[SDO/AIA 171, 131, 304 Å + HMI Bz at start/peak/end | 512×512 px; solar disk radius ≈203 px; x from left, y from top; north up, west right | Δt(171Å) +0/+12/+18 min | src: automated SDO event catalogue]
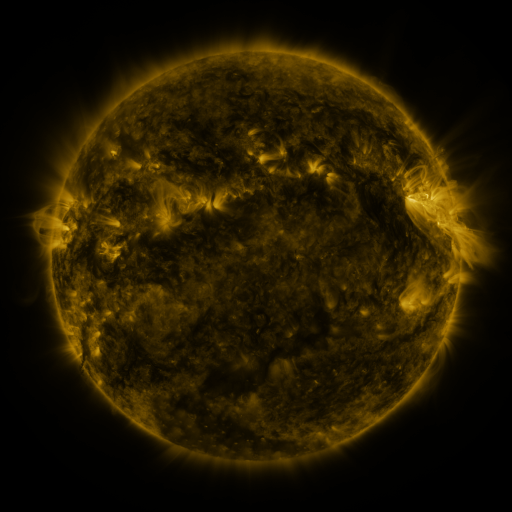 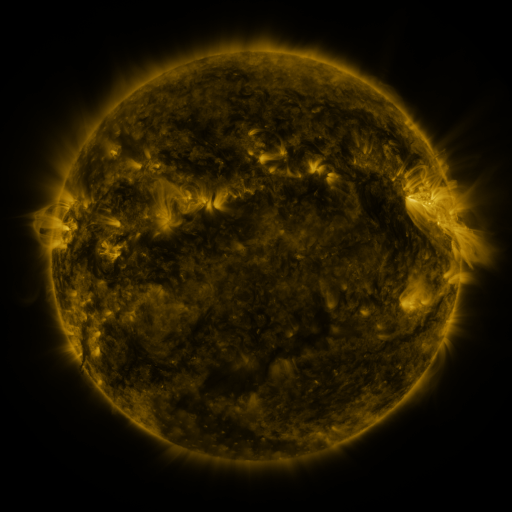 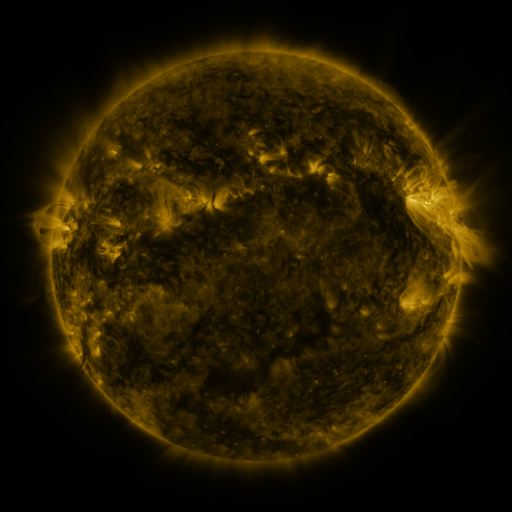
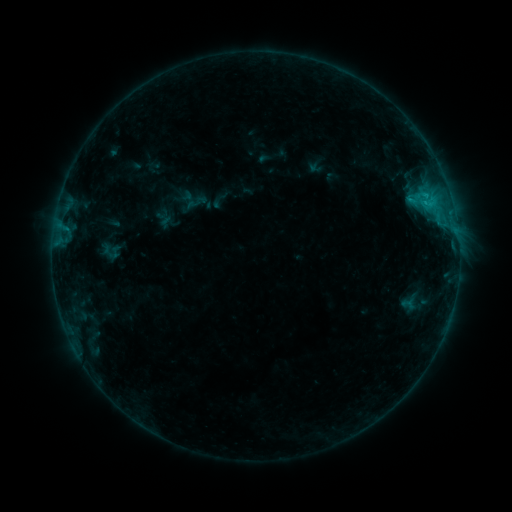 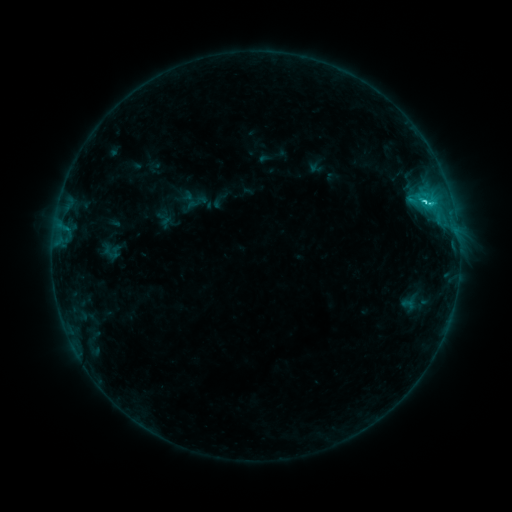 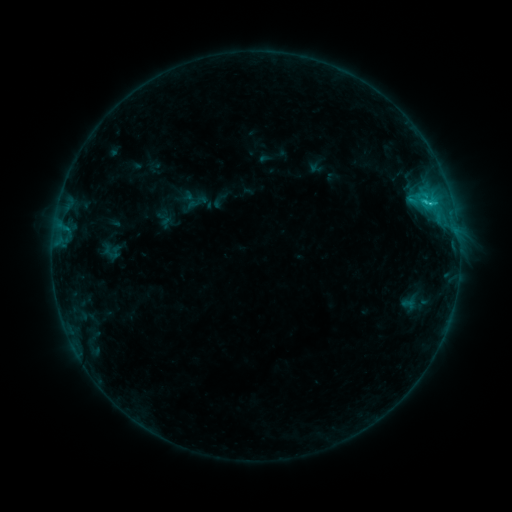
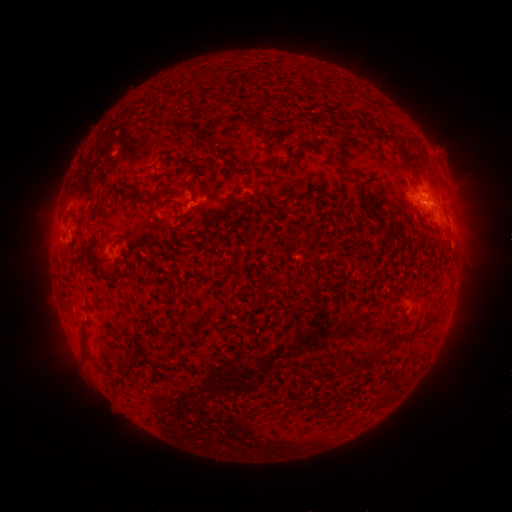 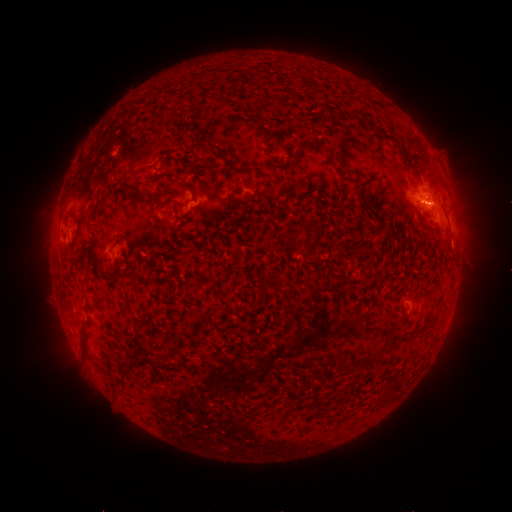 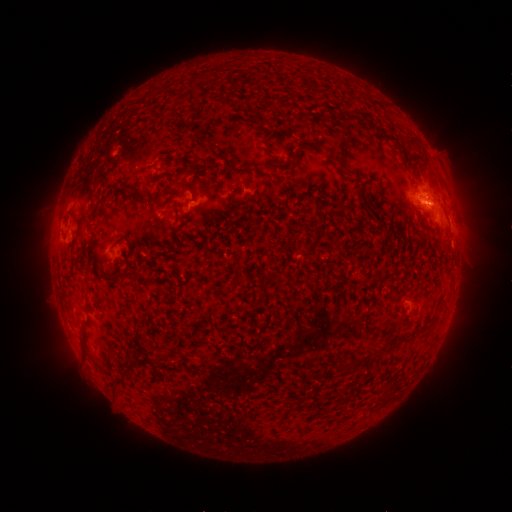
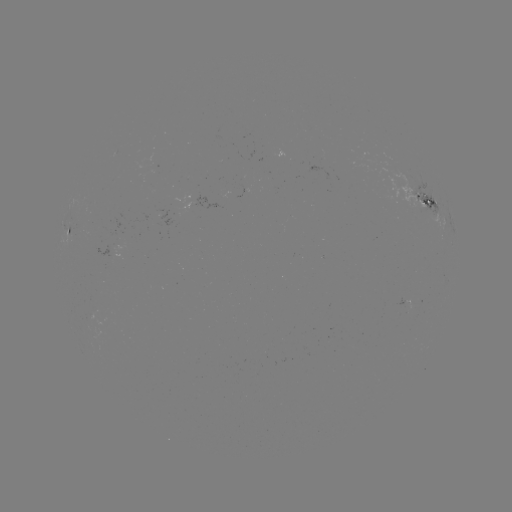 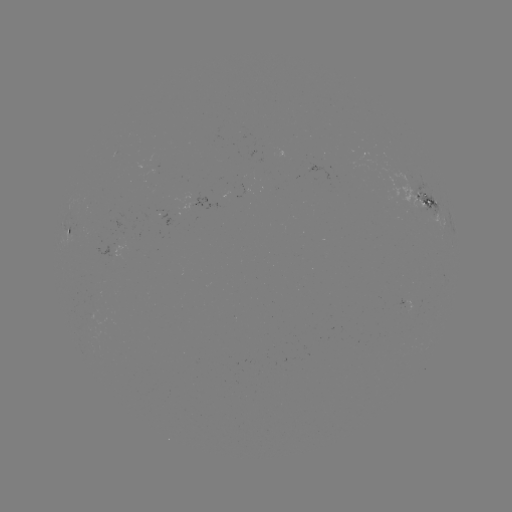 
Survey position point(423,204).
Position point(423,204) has C2.5 flare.